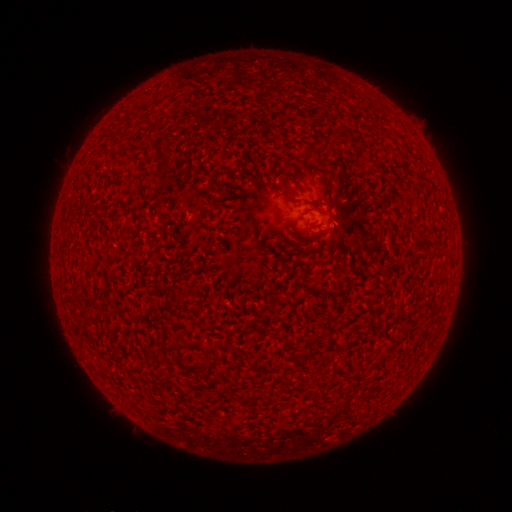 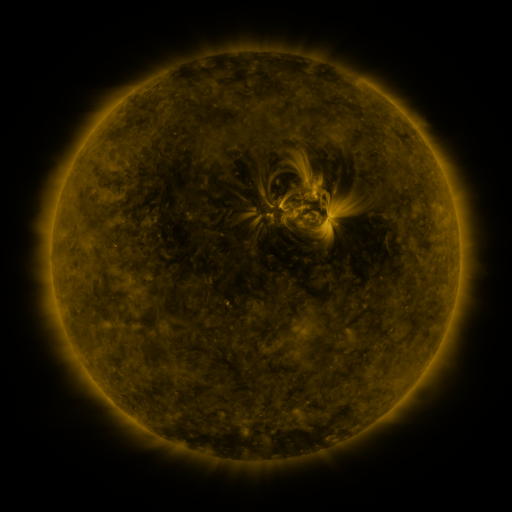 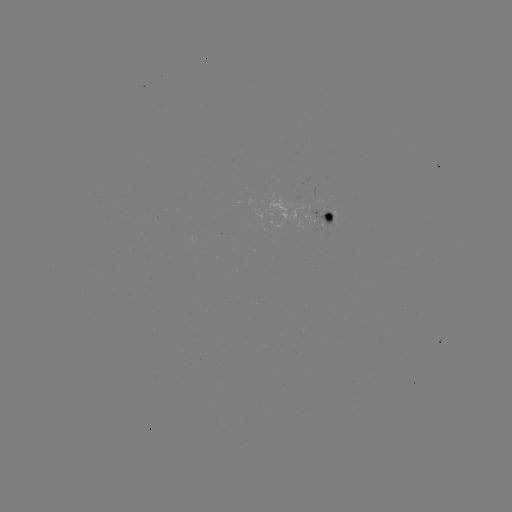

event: spotted active region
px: (322, 215)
